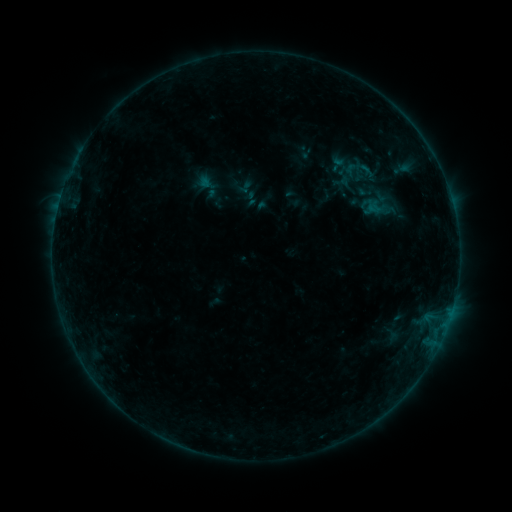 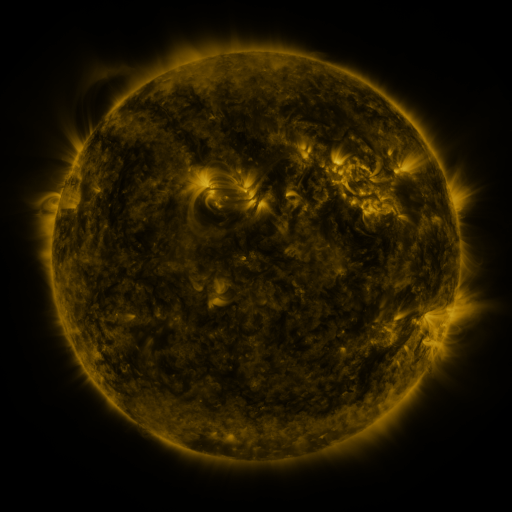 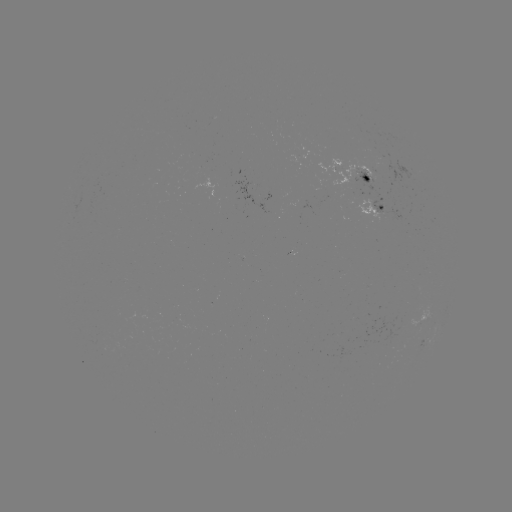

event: sigmoid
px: (243, 186)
